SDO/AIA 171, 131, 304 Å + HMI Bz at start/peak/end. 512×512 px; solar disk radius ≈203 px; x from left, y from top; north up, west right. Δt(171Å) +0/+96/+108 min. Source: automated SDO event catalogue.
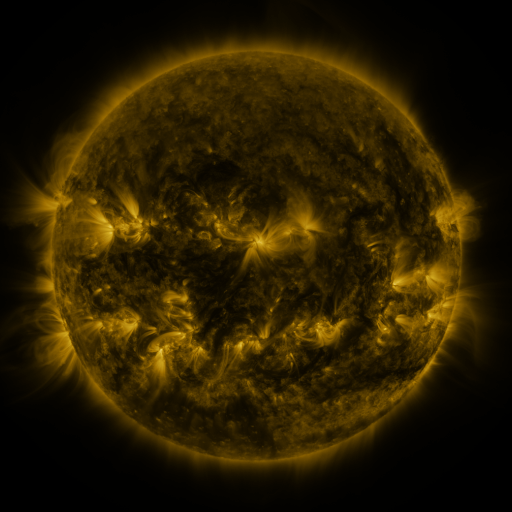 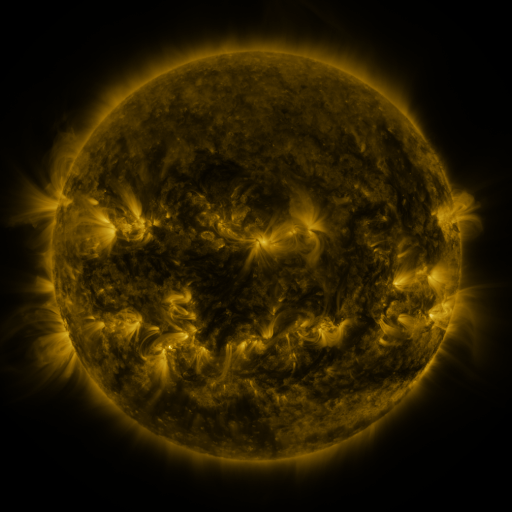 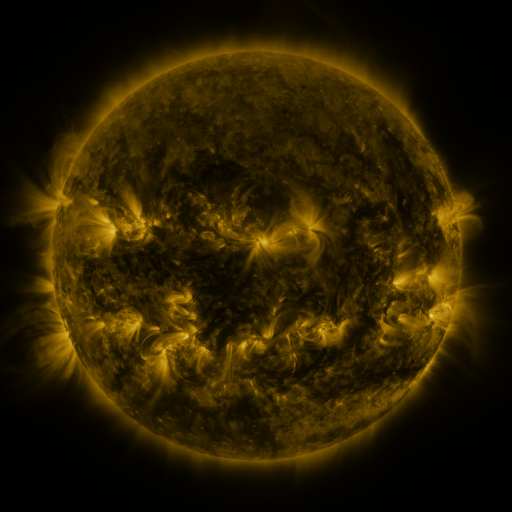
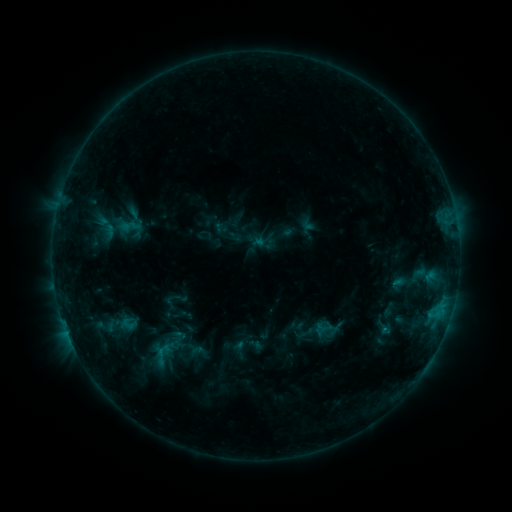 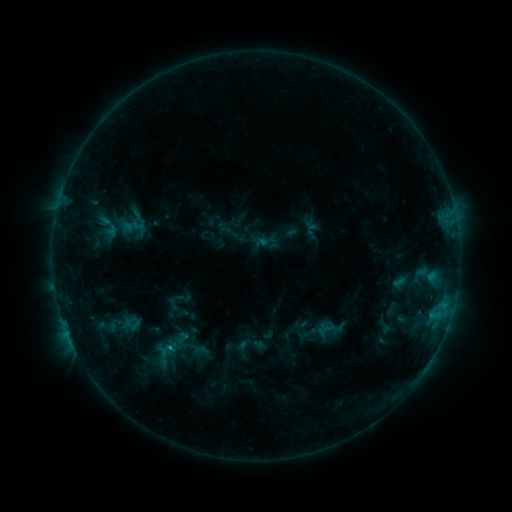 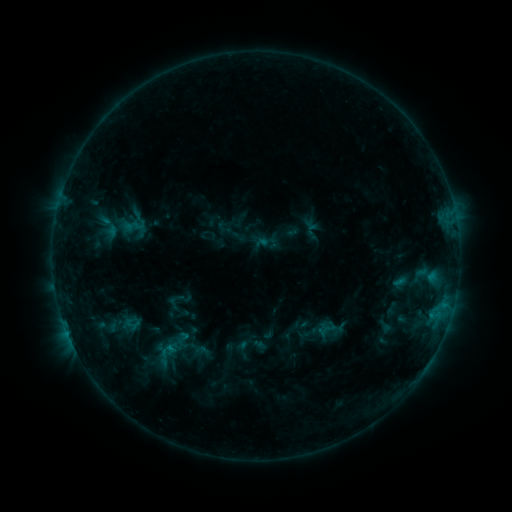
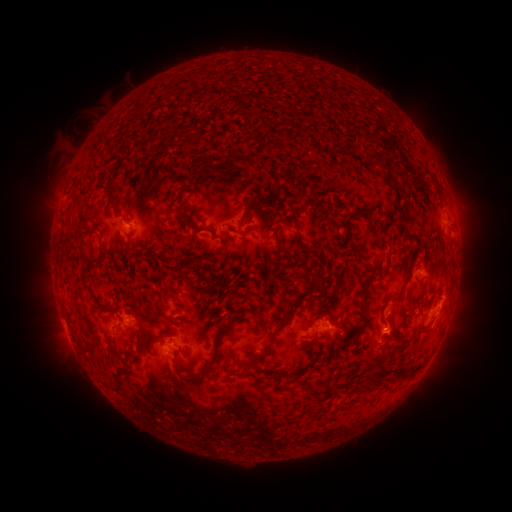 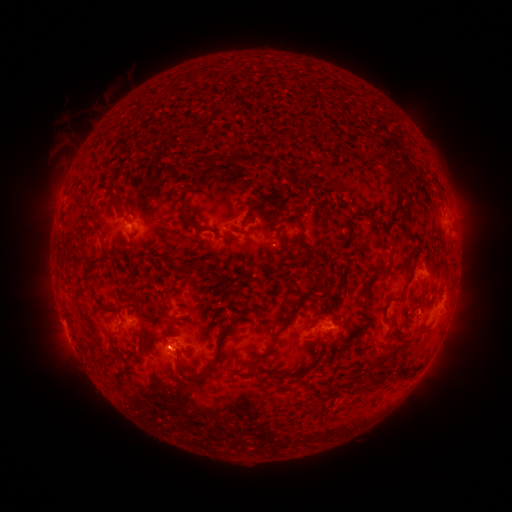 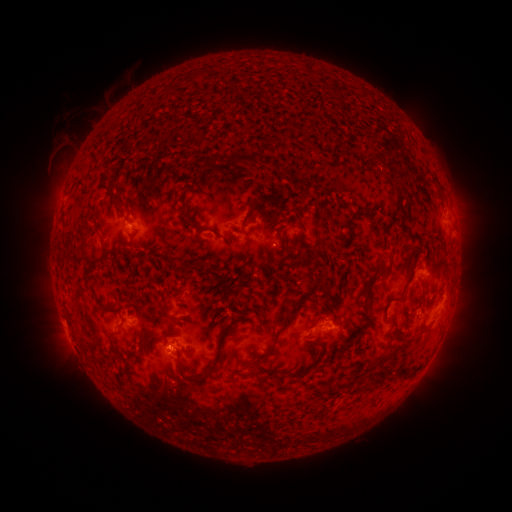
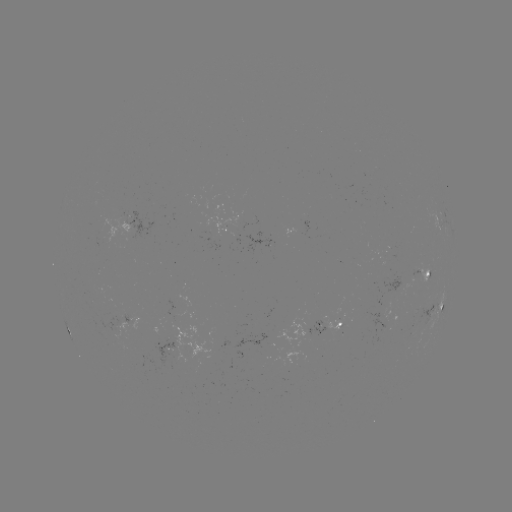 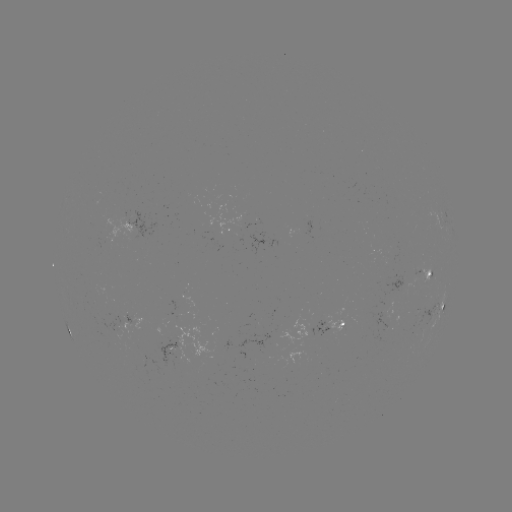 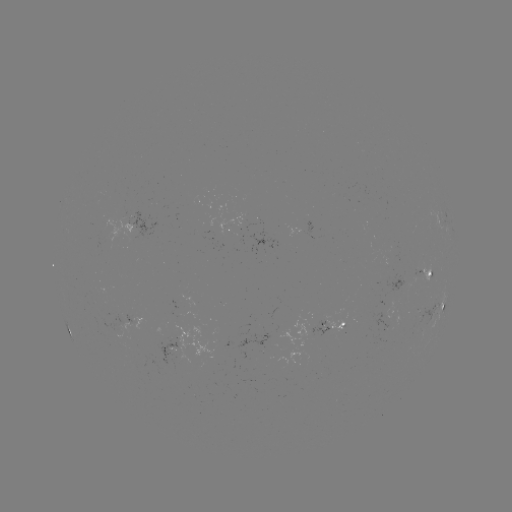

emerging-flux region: (180, 291, 194, 308)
